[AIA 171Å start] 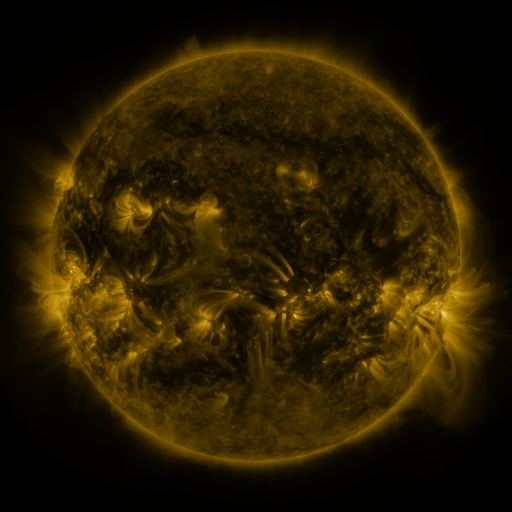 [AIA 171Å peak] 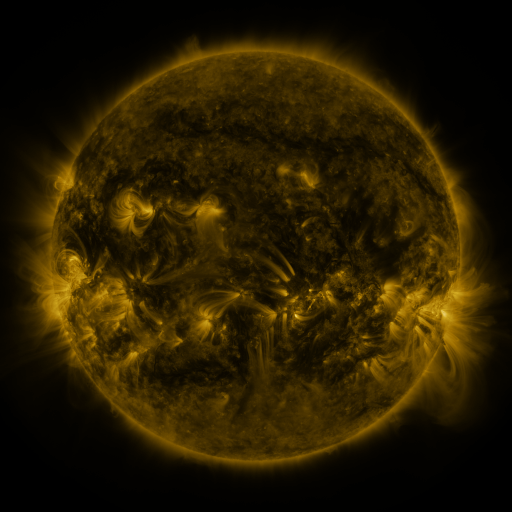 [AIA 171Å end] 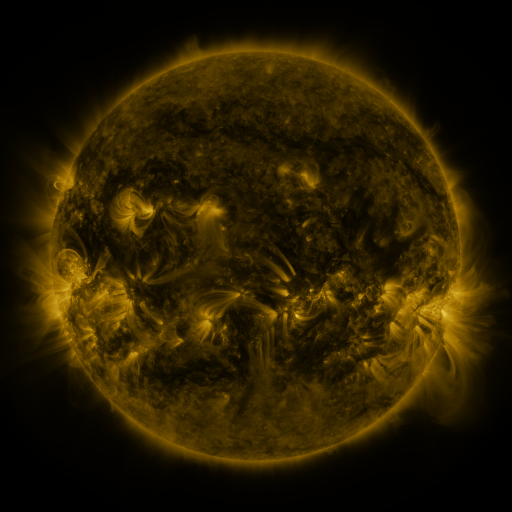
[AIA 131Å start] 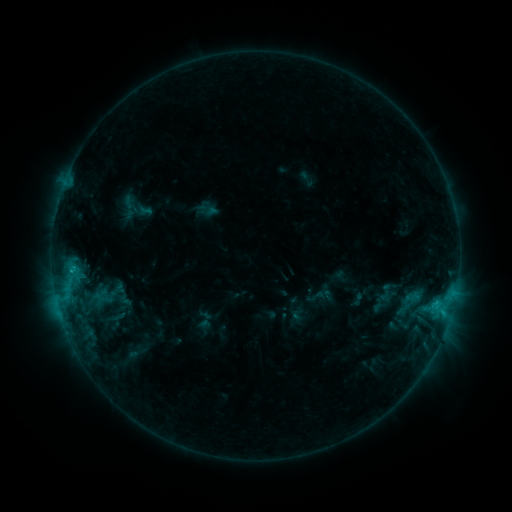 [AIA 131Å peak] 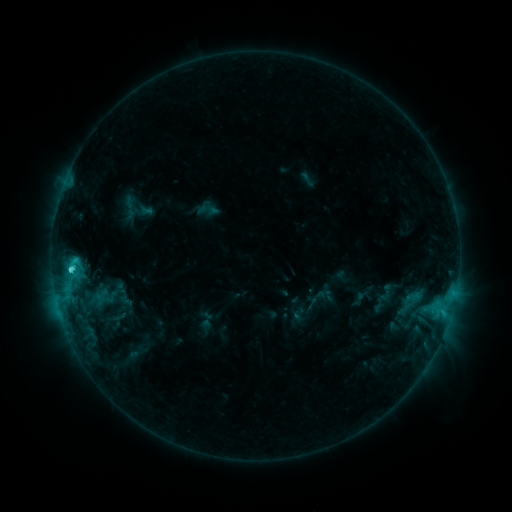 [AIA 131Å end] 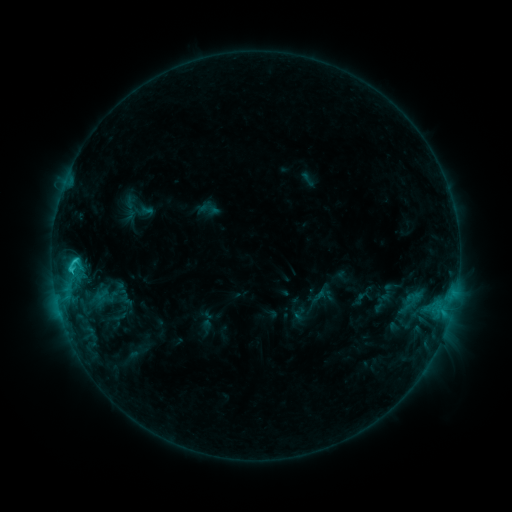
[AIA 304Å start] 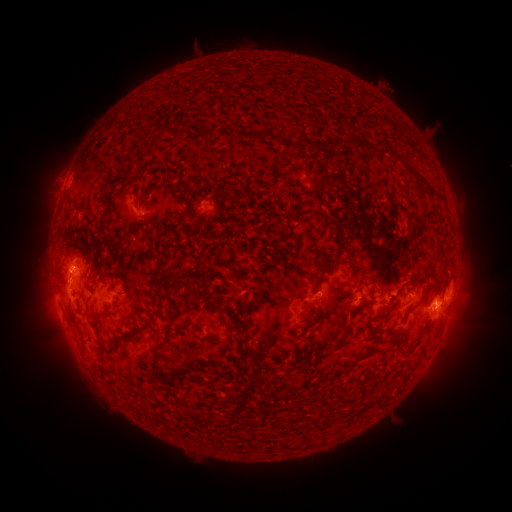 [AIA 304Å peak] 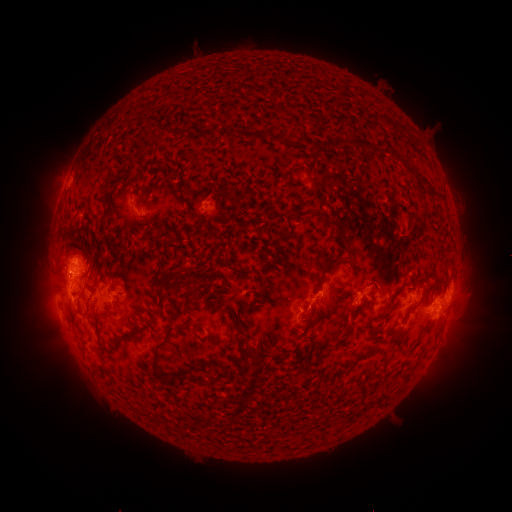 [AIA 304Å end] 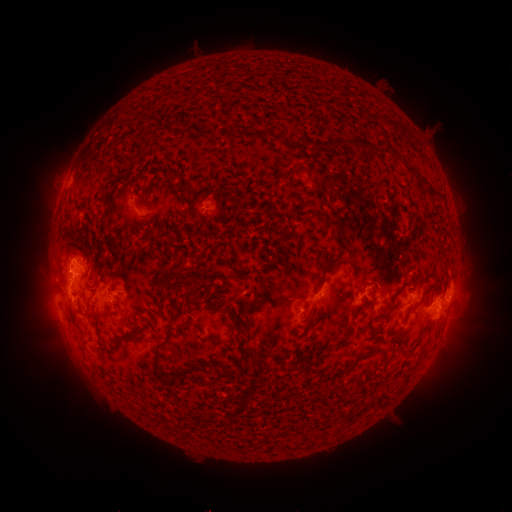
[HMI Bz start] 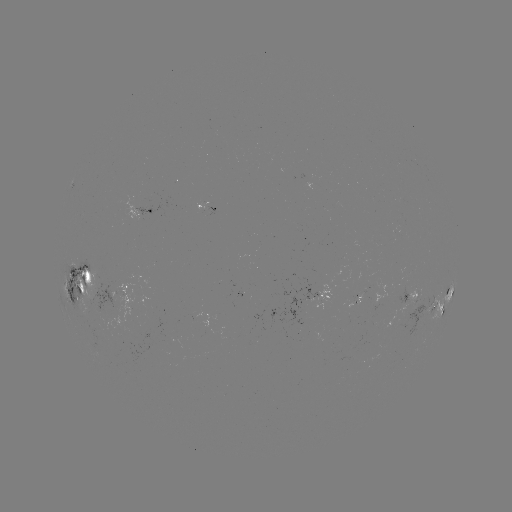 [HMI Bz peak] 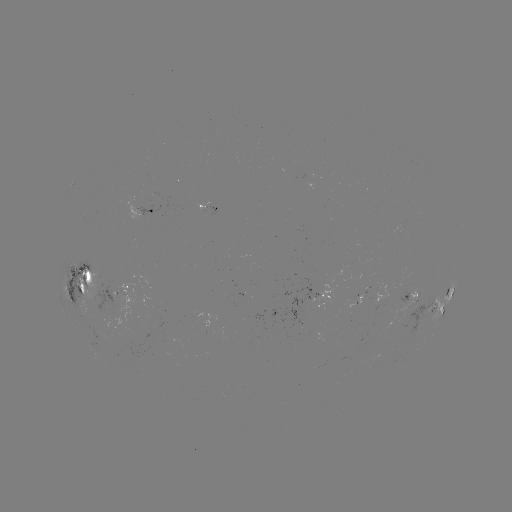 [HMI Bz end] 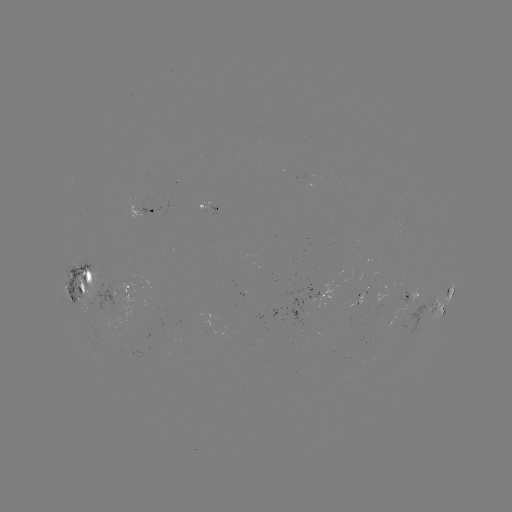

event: flare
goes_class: C3.0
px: (72, 268)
